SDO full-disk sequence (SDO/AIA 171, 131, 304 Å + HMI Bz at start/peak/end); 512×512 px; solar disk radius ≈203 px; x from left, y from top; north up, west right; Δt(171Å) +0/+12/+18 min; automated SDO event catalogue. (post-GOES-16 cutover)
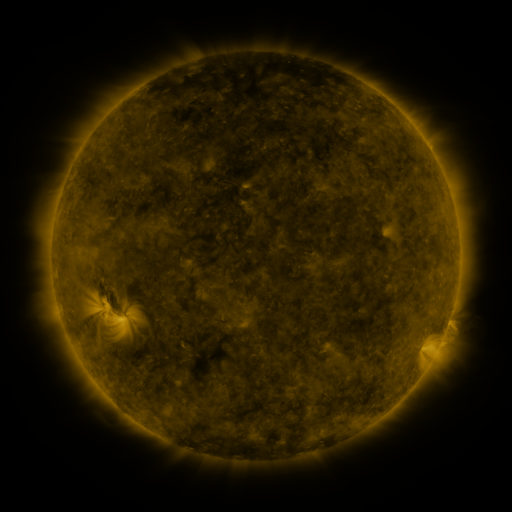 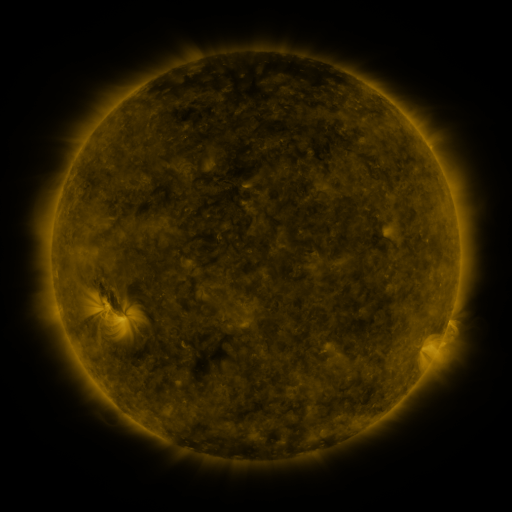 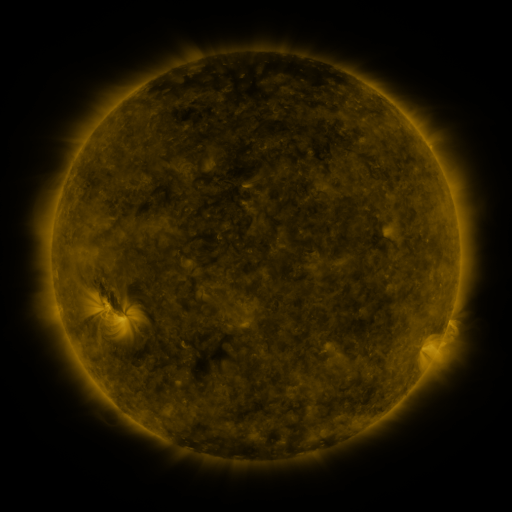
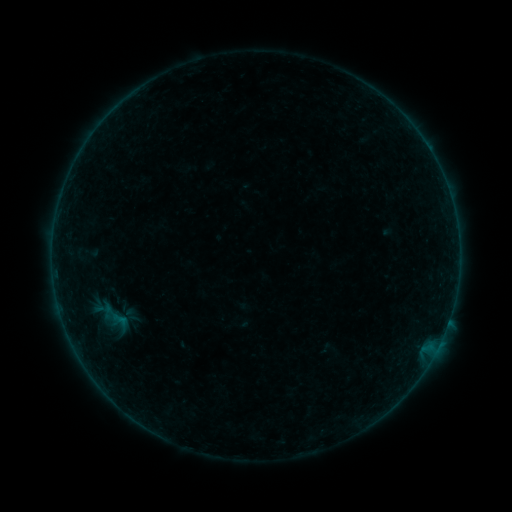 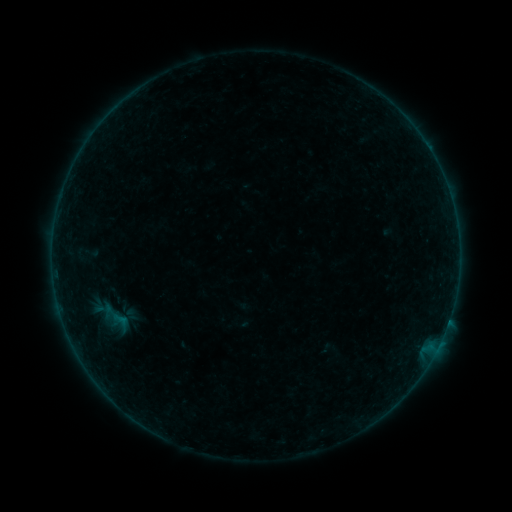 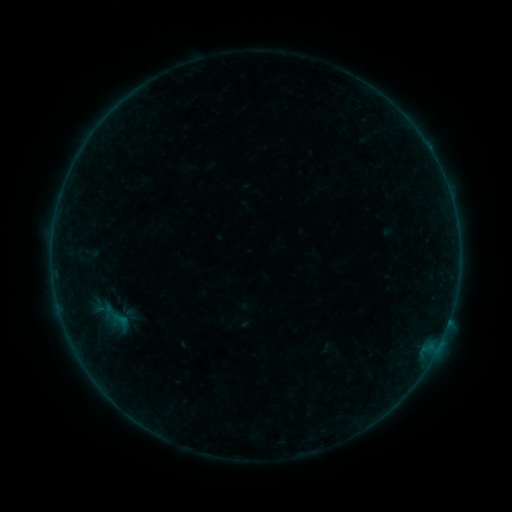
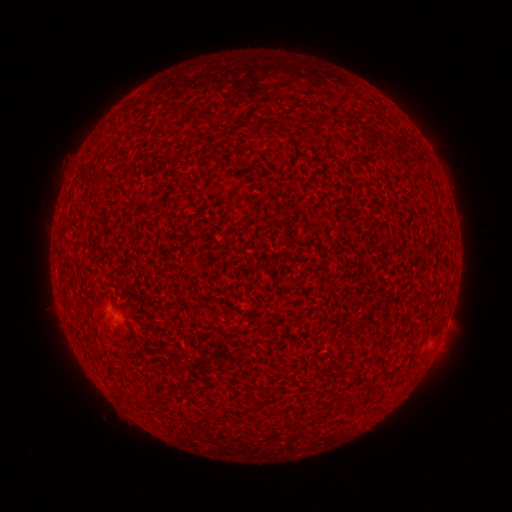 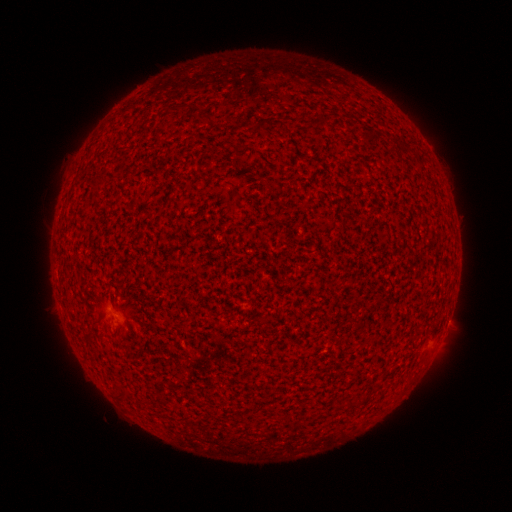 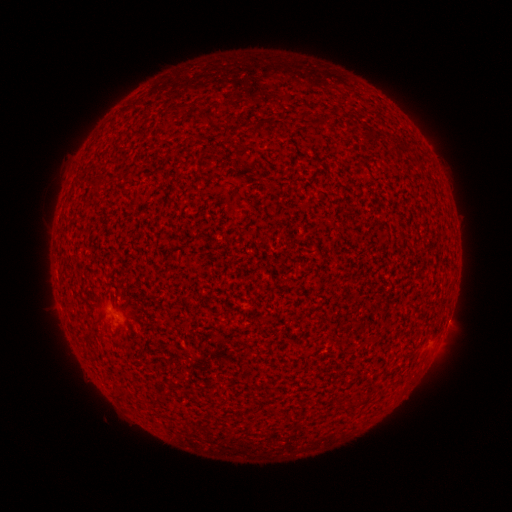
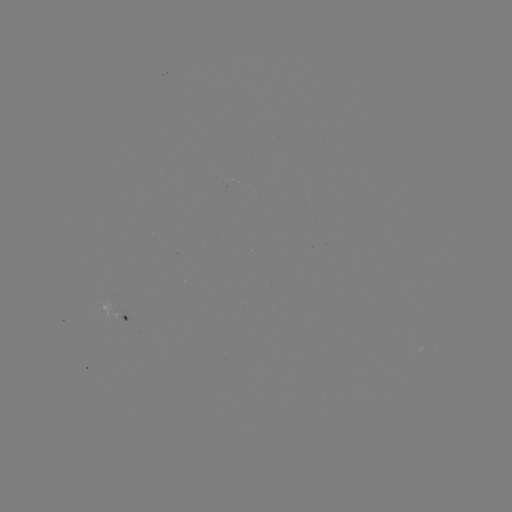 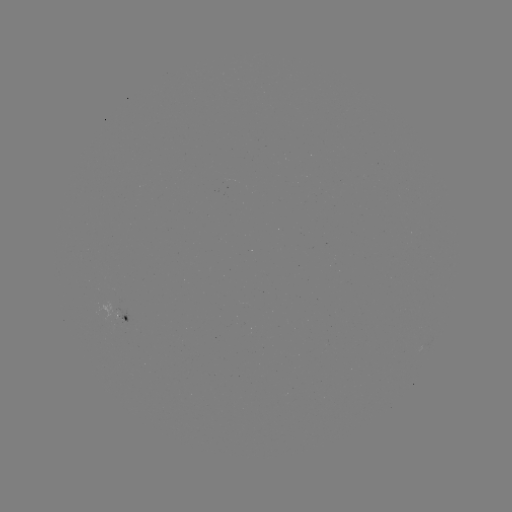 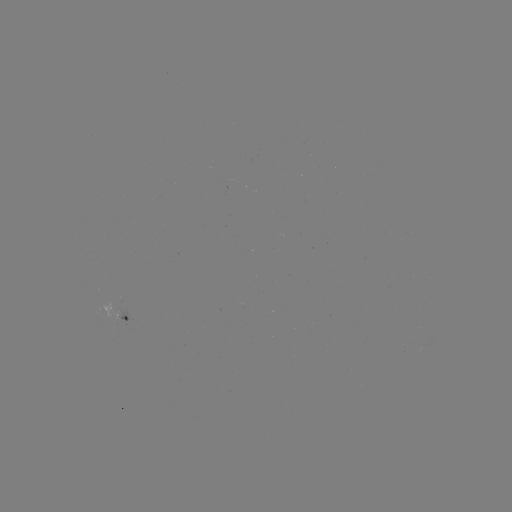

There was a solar flare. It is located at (448, 319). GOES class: A5.8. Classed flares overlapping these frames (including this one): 1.